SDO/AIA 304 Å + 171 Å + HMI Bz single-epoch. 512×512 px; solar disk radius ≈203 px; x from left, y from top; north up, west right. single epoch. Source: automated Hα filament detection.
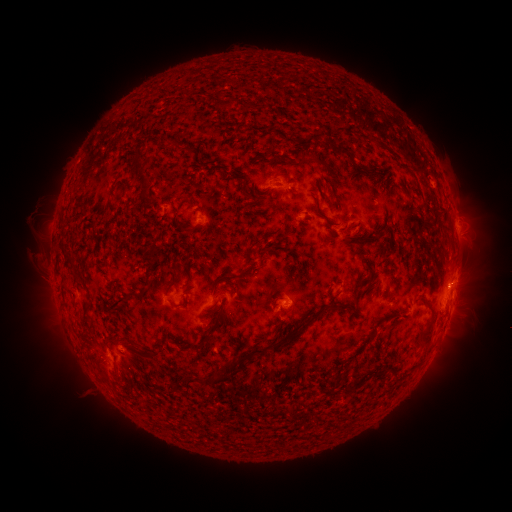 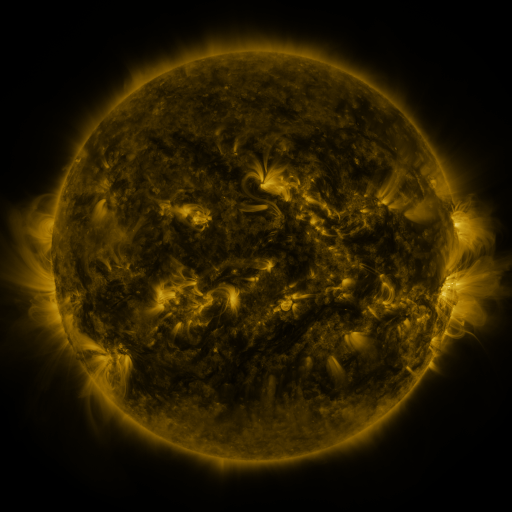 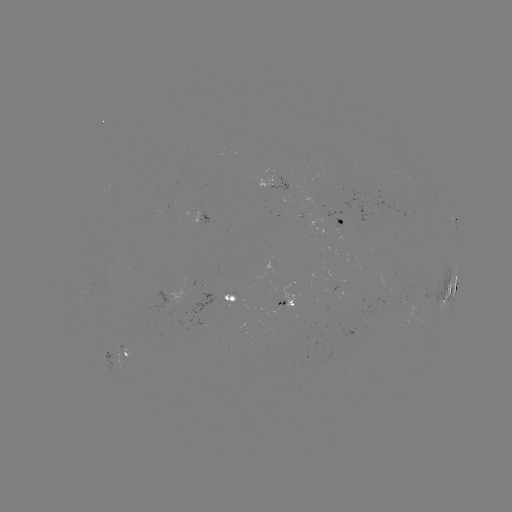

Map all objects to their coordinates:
filament: (268, 106)
filament: (236, 127)
filament: (207, 142)
filament: (153, 144)
filament: (326, 149)
filament: (335, 173)
filament: (156, 182)
filament: (369, 182)
filament: (193, 191)
filament: (259, 197)
filament: (264, 215)
filament: (188, 219)
filament: (335, 235)
filament: (155, 236)
filament: (270, 238)
filament: (76, 248)
filament: (149, 253)
filament: (267, 253)
filament: (174, 256)
filament: (355, 256)
filament: (368, 256)
filament: (68, 265)
filament: (232, 272)
filament: (86, 279)
filament: (294, 280)
filament: (114, 281)
filament: (166, 290)
filament: (205, 300)
filament: (326, 316)
filament: (192, 334)
filament: (131, 336)
filament: (101, 349)
filament: (245, 350)
filament: (414, 357)
filament: (169, 367)
filament: (358, 389)
filament: (318, 391)
